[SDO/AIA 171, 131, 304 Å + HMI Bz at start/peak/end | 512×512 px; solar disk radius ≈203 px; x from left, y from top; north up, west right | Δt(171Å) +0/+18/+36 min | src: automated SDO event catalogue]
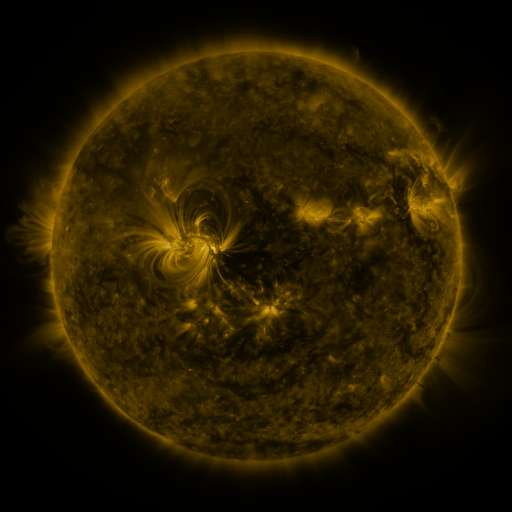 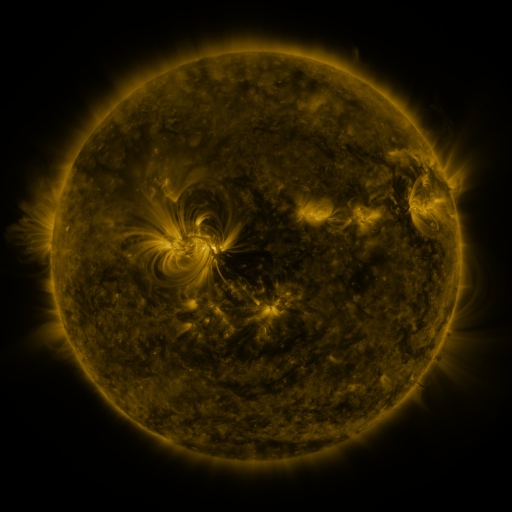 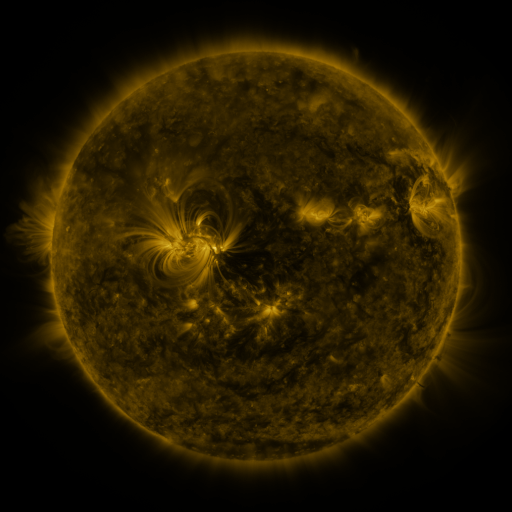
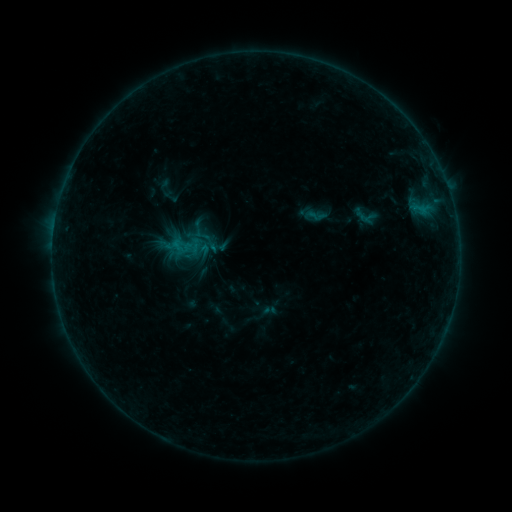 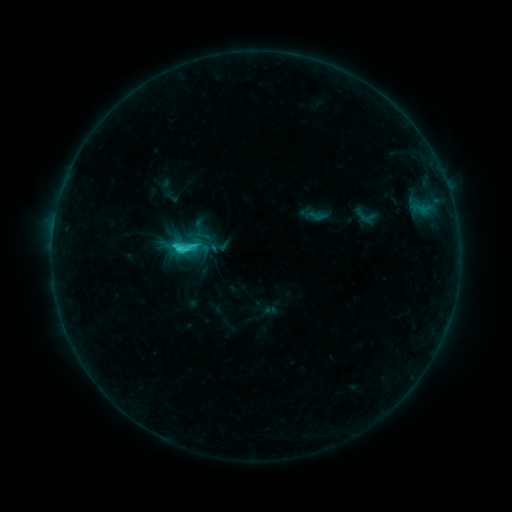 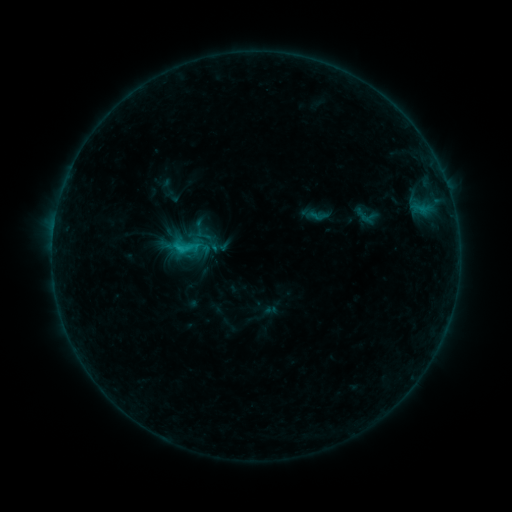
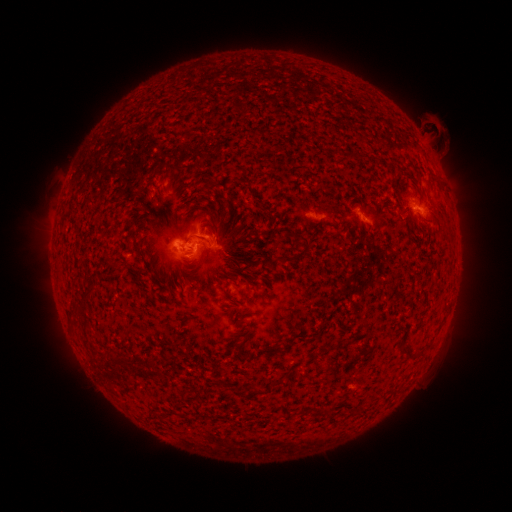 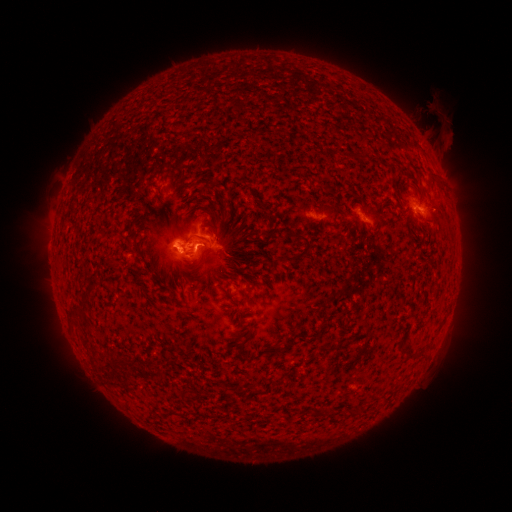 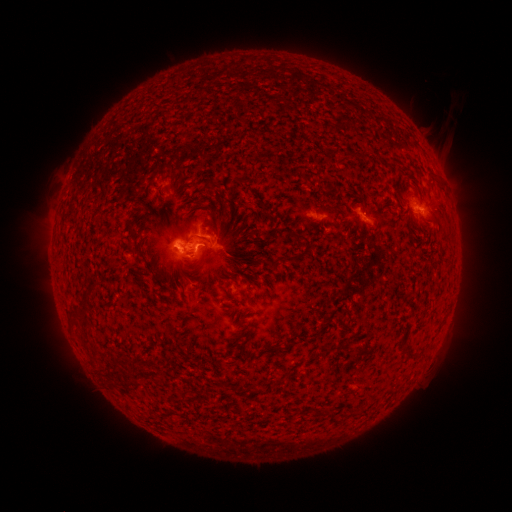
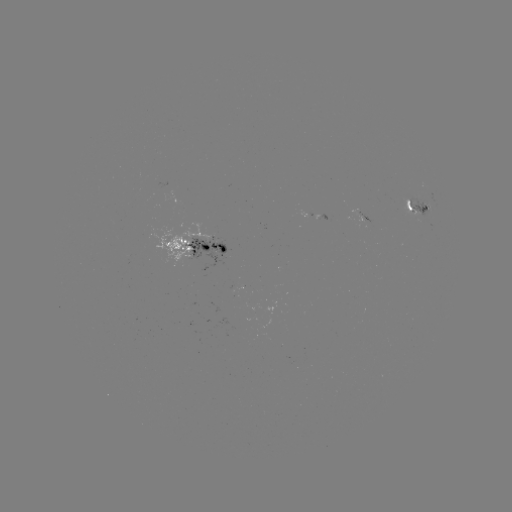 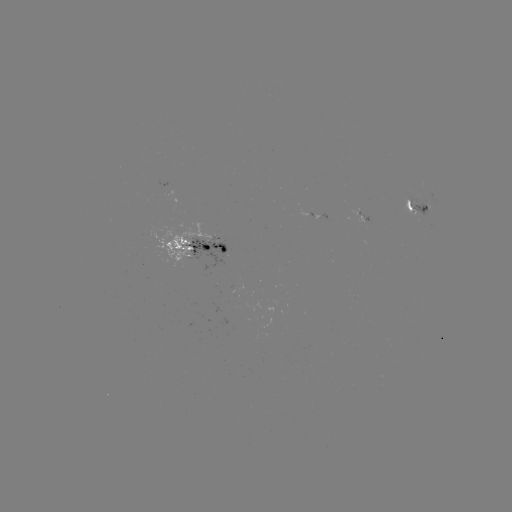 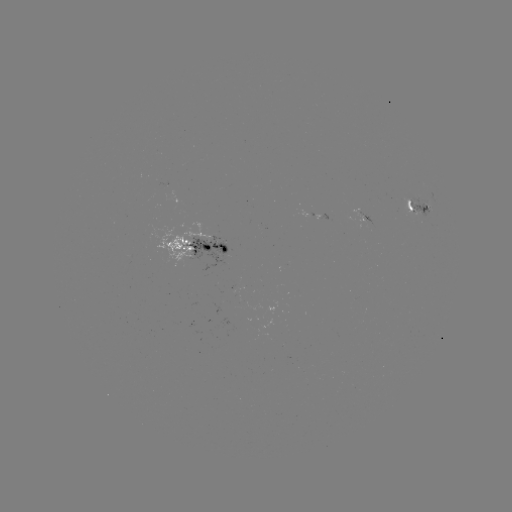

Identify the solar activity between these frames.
C2.3 flare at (183, 252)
